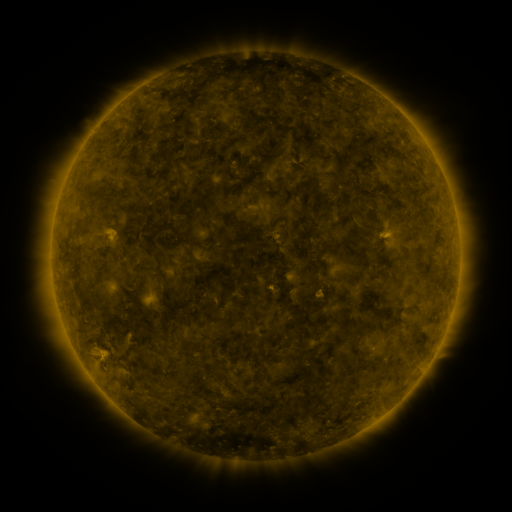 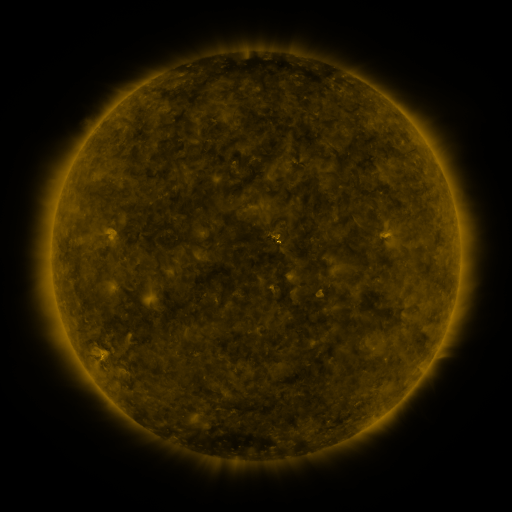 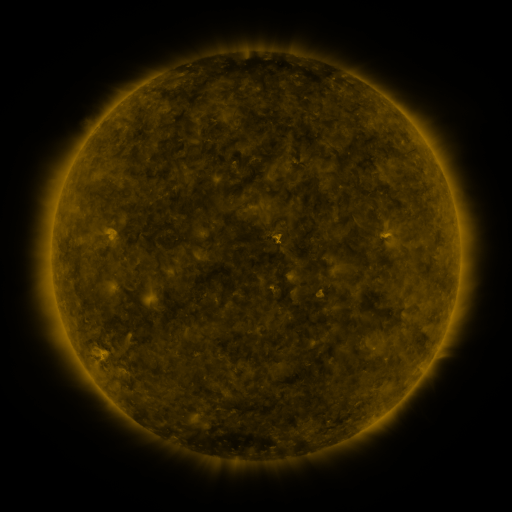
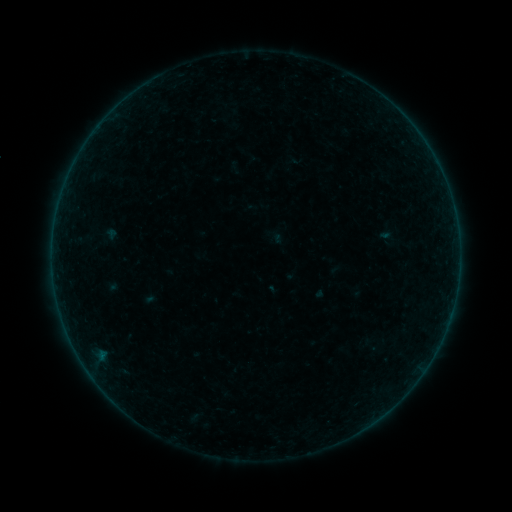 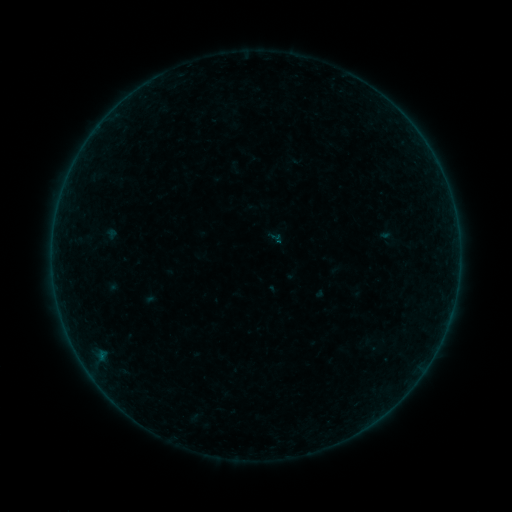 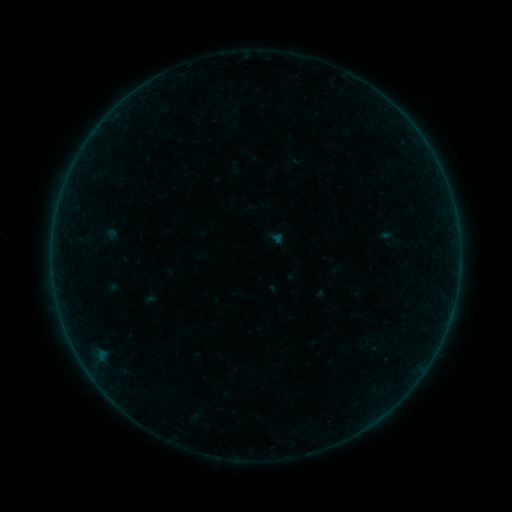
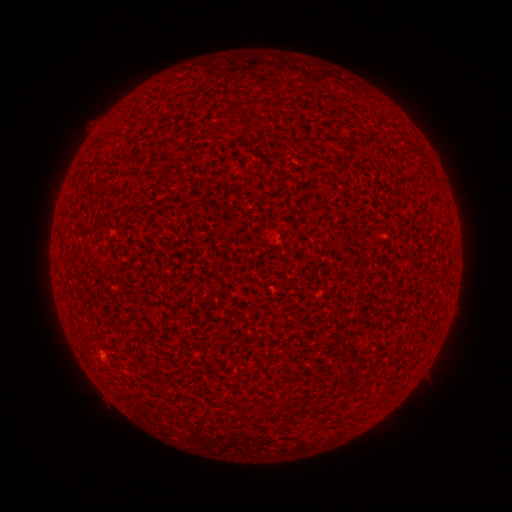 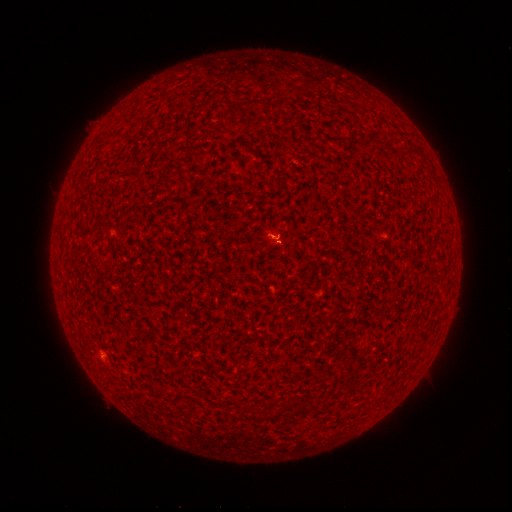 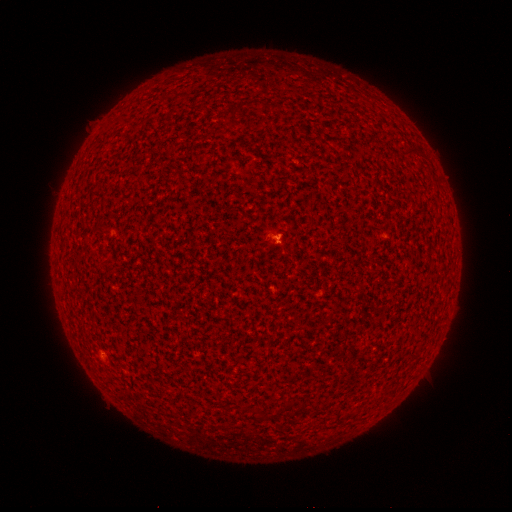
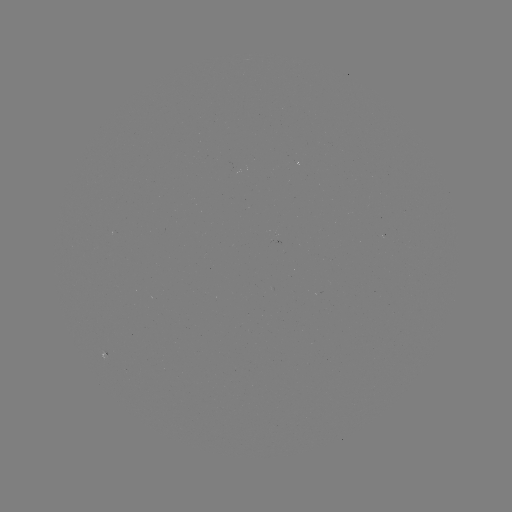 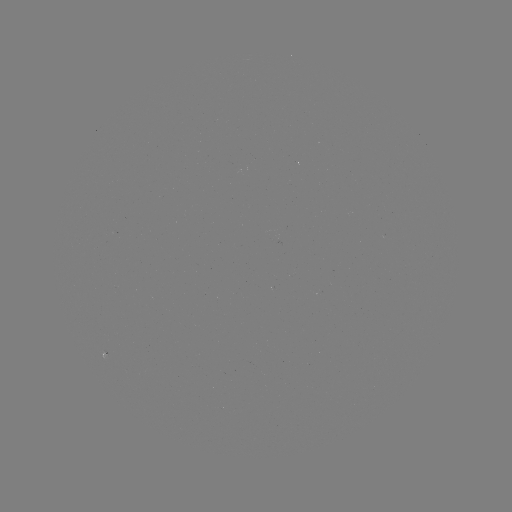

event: flare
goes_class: B1.5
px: (277, 241)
